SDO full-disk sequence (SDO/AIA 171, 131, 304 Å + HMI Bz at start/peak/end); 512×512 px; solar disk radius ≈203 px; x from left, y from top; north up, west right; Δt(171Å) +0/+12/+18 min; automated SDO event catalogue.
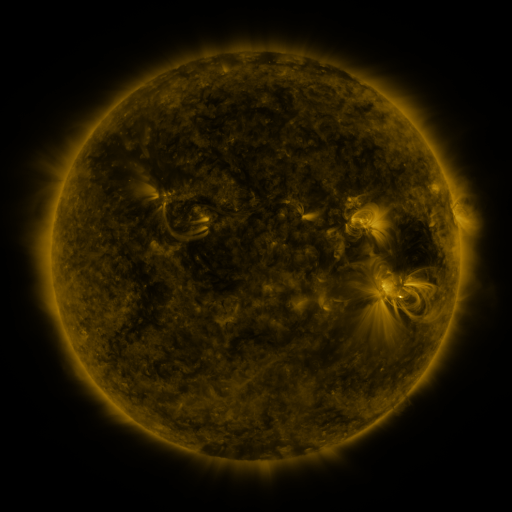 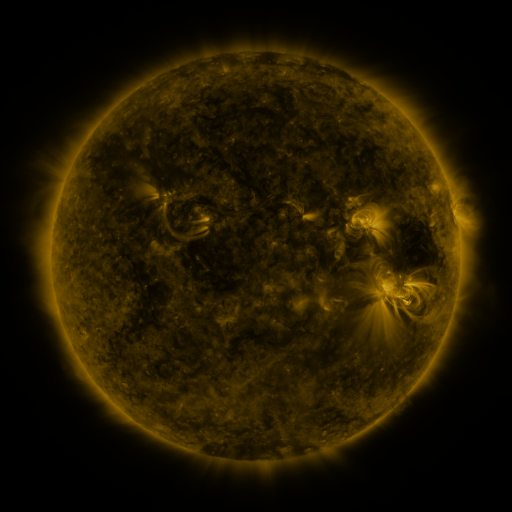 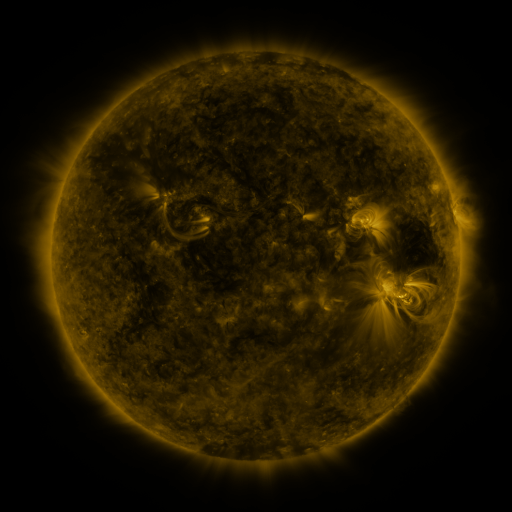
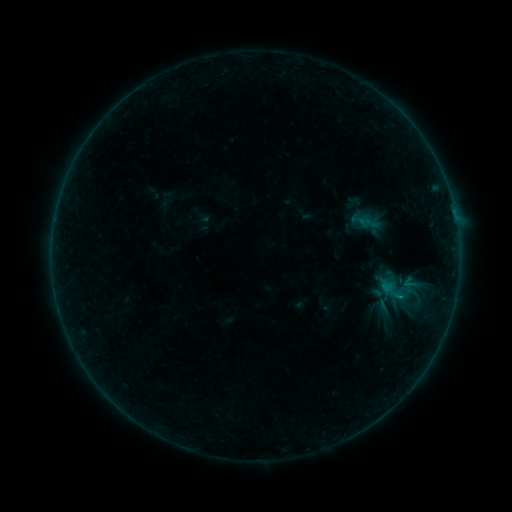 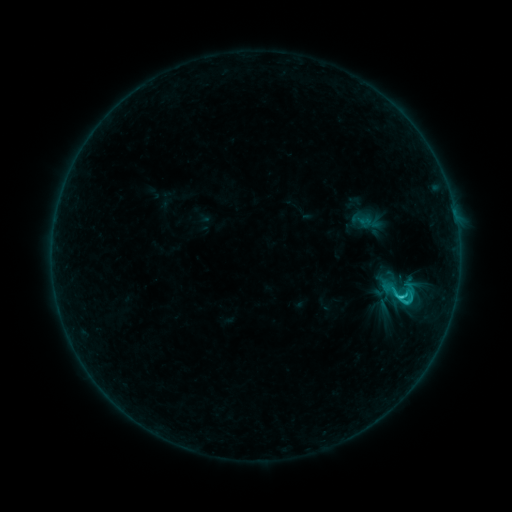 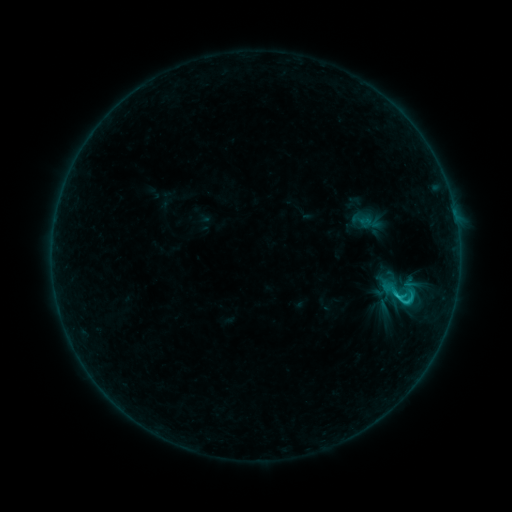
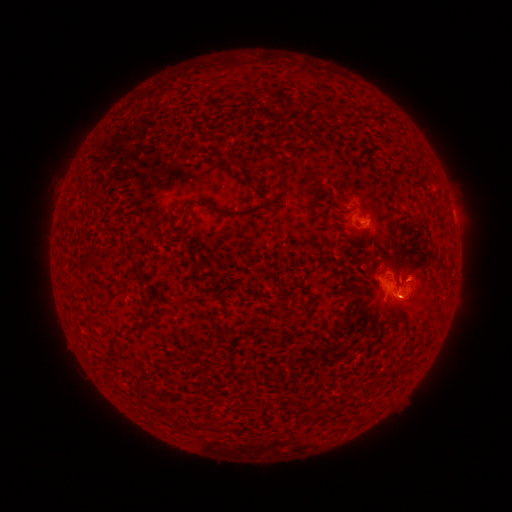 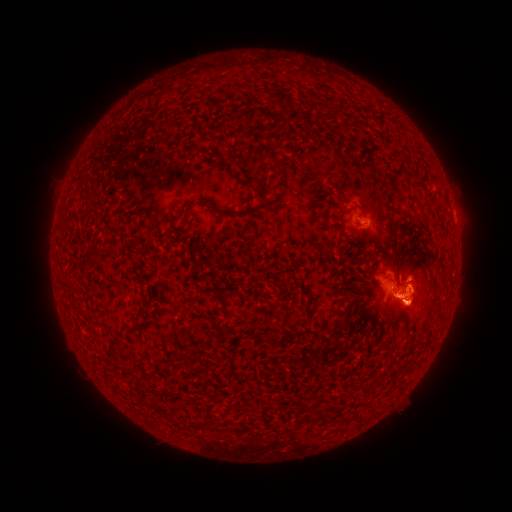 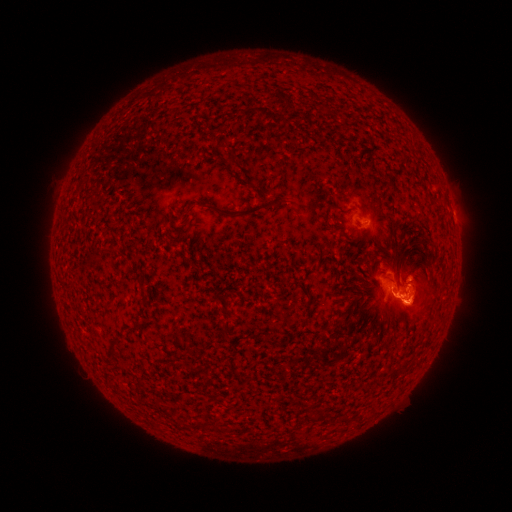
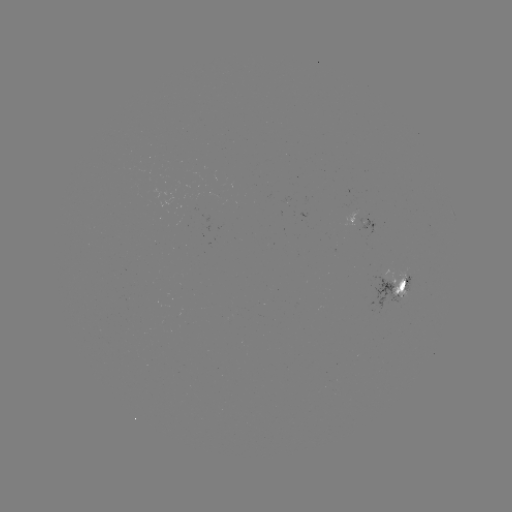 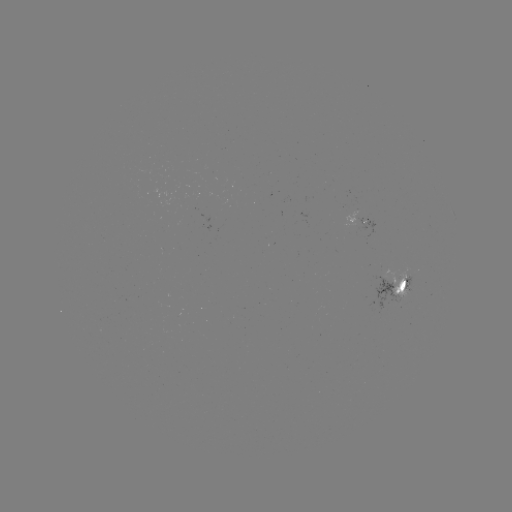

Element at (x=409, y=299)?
eruption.